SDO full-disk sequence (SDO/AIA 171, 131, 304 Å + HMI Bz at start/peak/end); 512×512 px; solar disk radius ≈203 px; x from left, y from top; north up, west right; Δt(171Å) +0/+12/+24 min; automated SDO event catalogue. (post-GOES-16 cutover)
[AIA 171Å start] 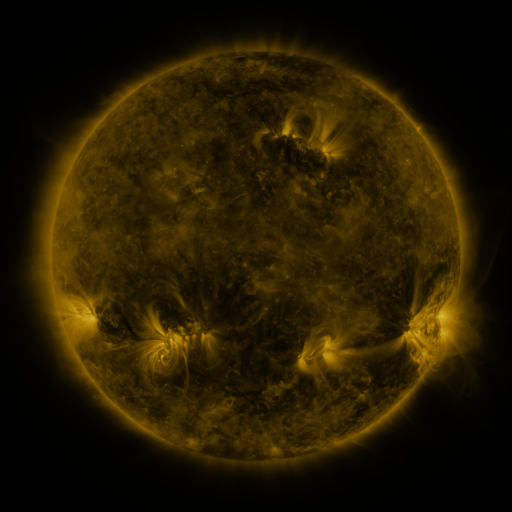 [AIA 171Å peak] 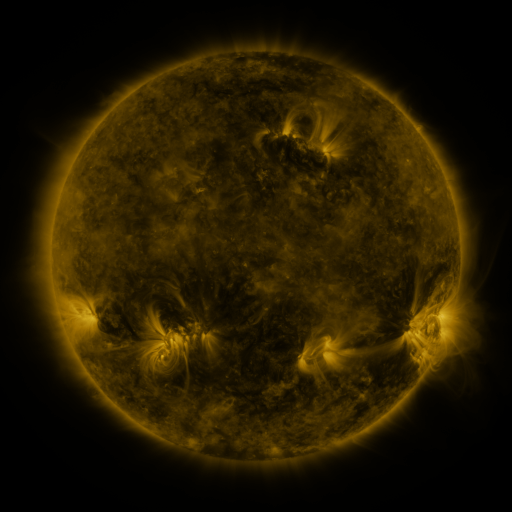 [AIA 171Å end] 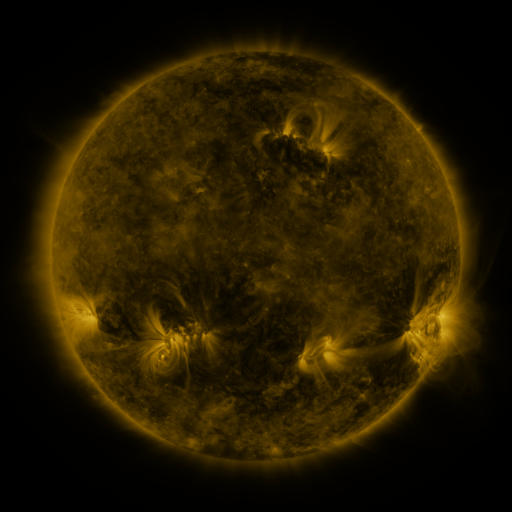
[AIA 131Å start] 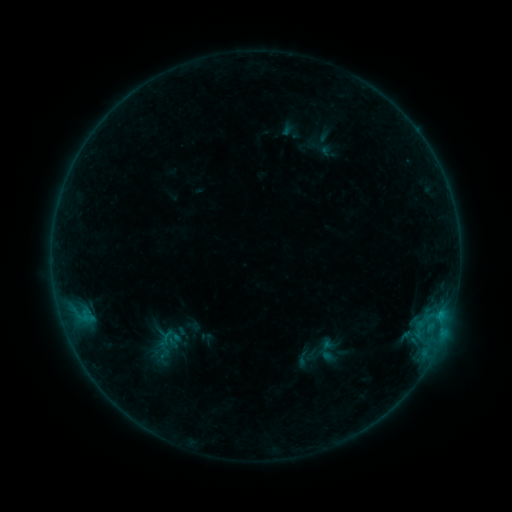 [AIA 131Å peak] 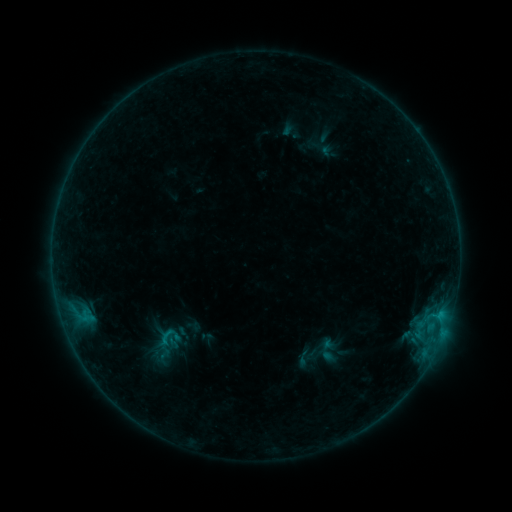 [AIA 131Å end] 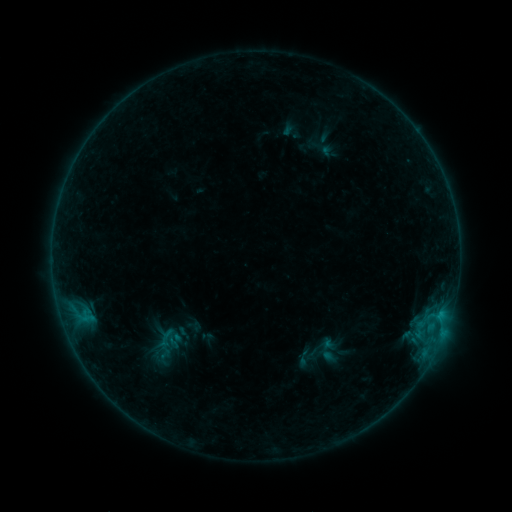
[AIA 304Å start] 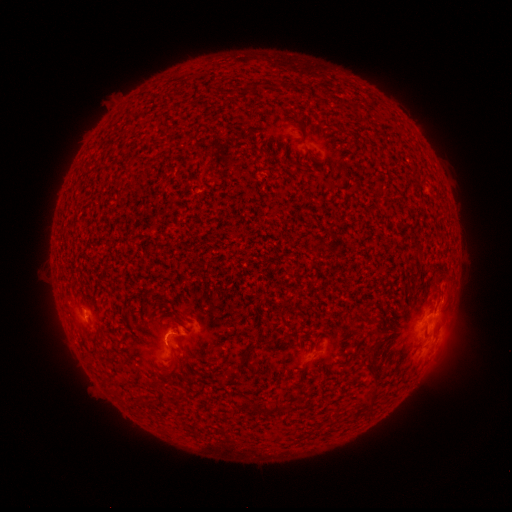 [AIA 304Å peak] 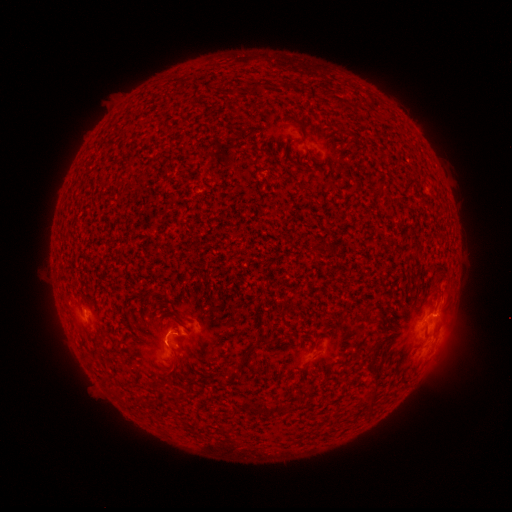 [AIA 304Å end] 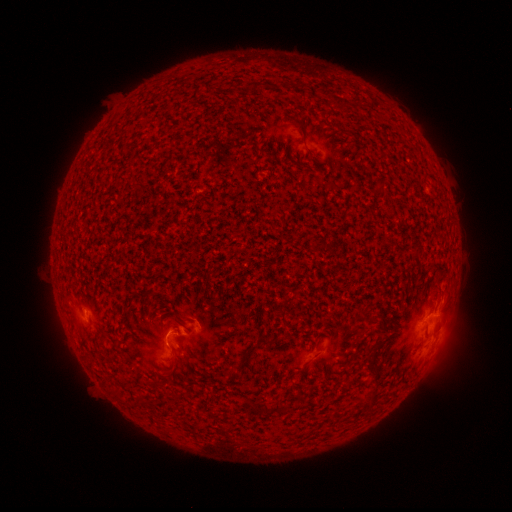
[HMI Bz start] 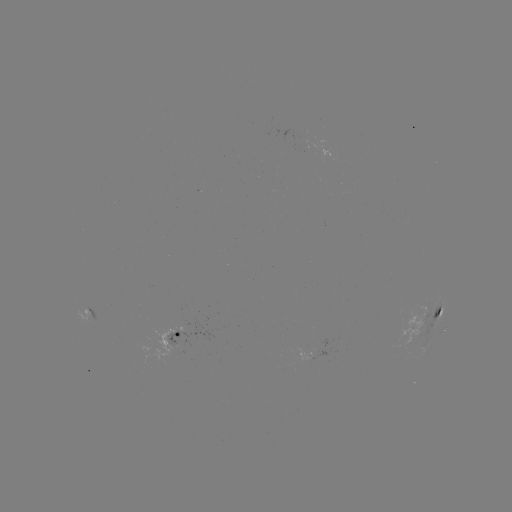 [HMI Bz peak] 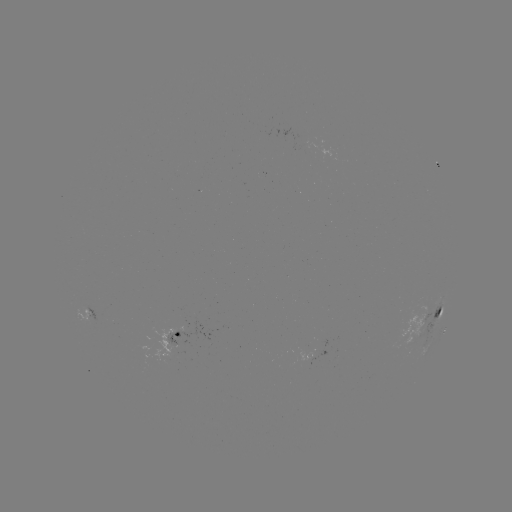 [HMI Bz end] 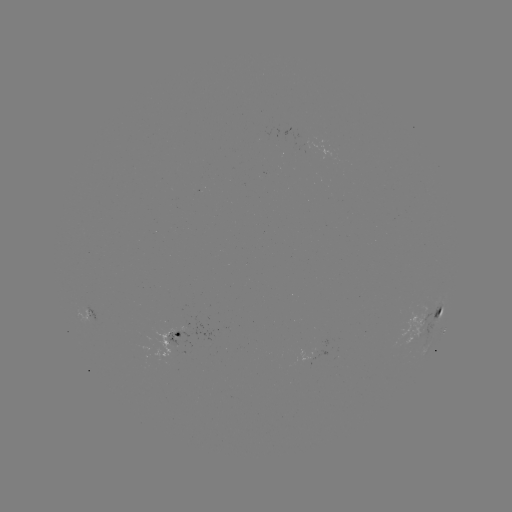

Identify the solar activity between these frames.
B5.3 flare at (165, 339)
